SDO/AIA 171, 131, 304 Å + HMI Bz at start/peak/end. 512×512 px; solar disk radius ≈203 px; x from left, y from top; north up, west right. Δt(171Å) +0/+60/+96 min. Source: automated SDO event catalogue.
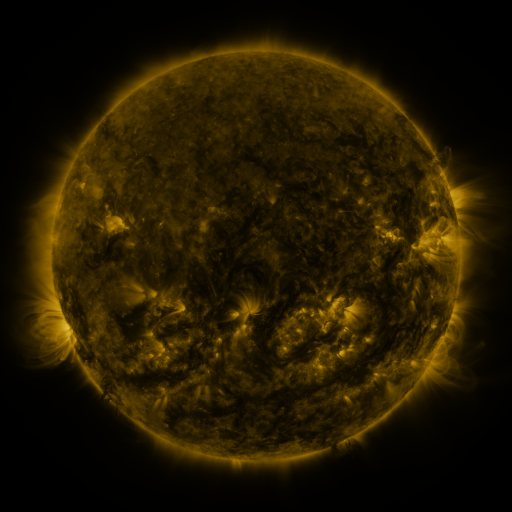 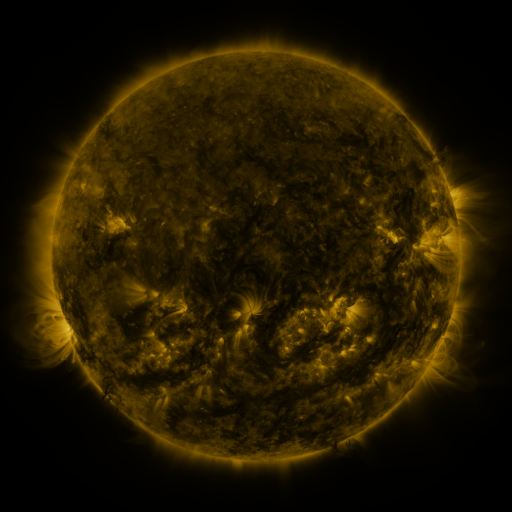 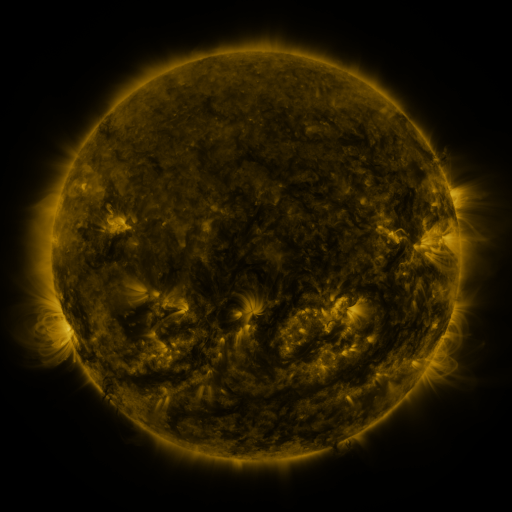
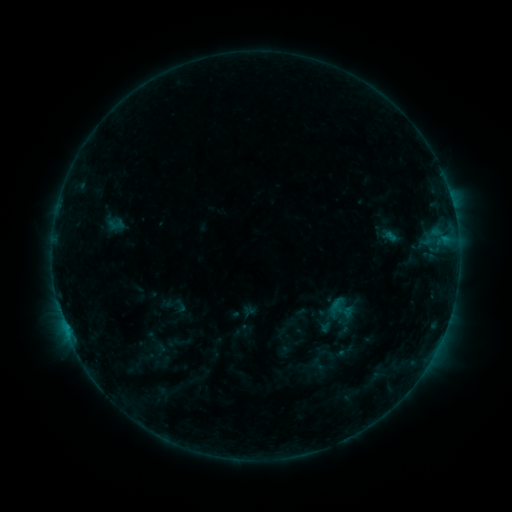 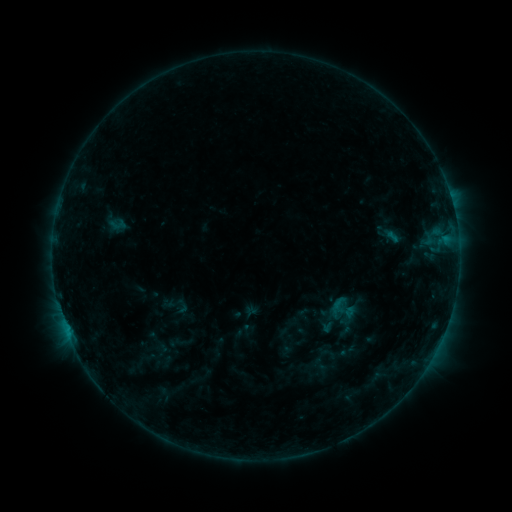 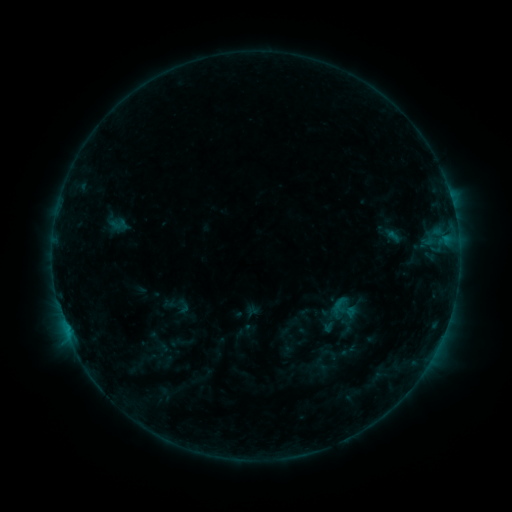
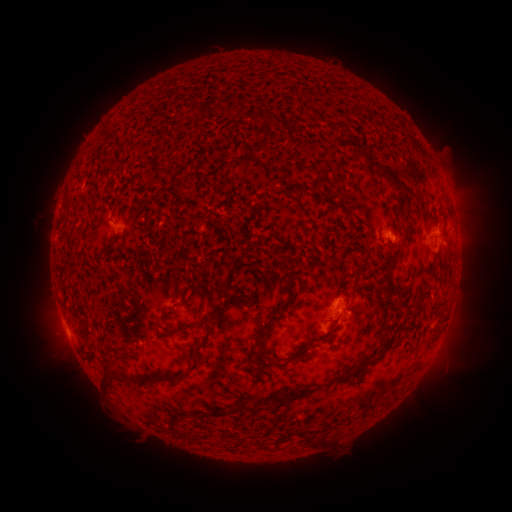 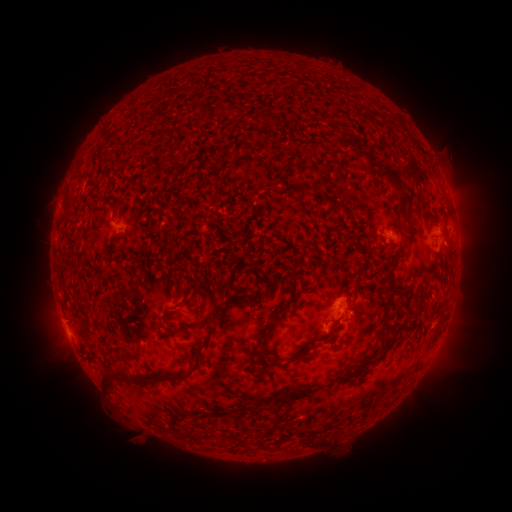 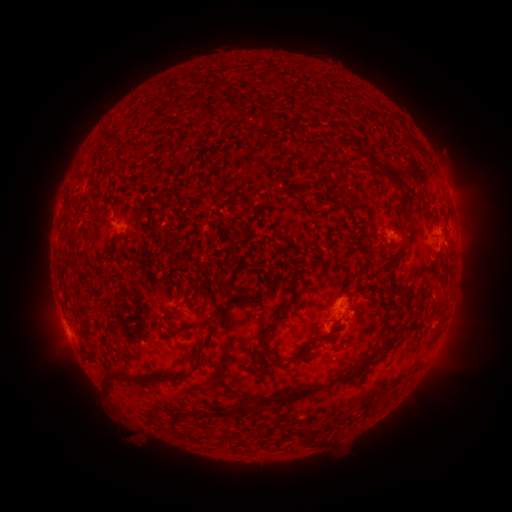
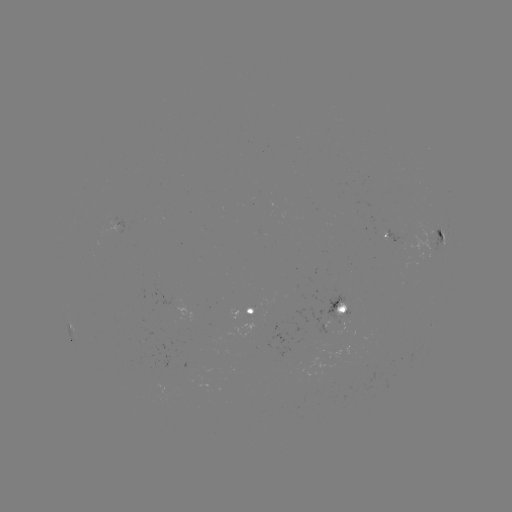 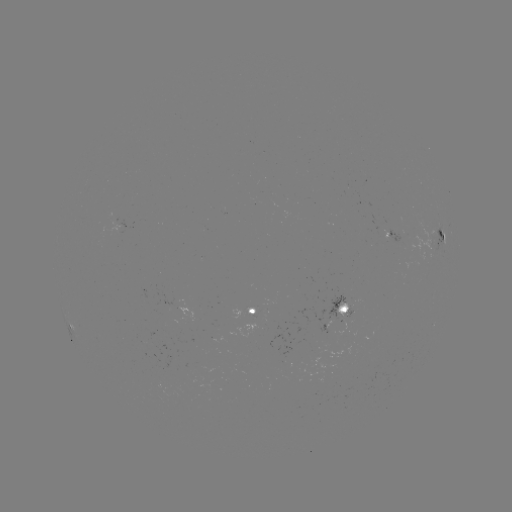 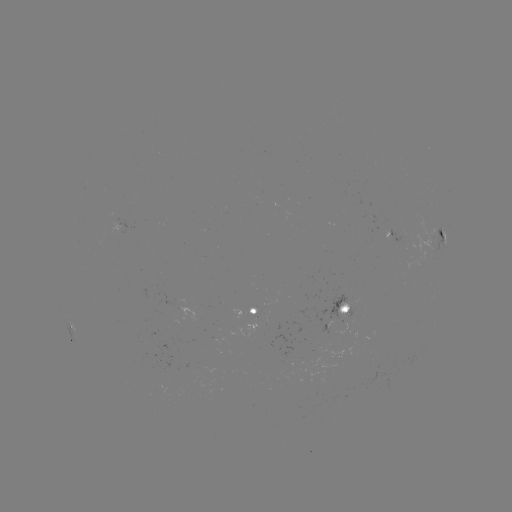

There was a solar emerging-flux region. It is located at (332, 301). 